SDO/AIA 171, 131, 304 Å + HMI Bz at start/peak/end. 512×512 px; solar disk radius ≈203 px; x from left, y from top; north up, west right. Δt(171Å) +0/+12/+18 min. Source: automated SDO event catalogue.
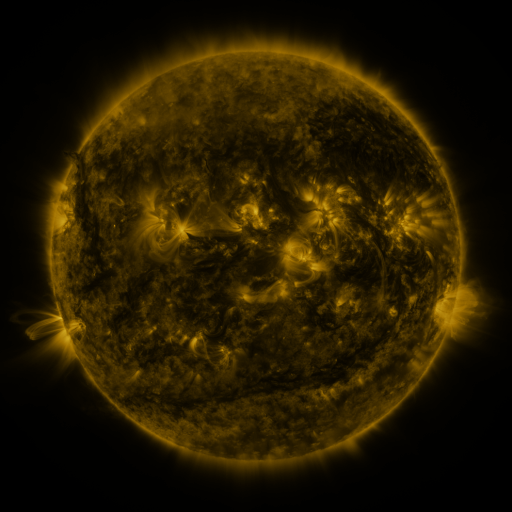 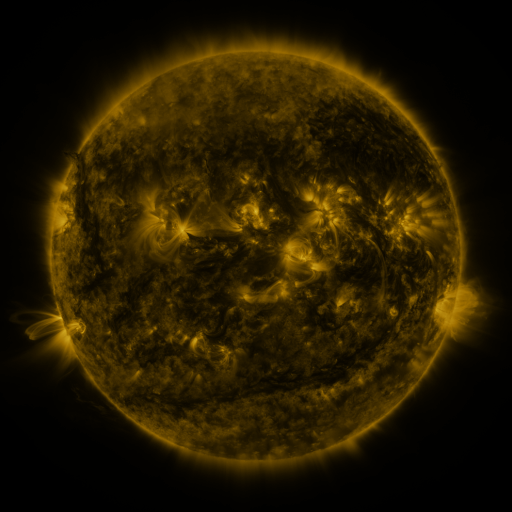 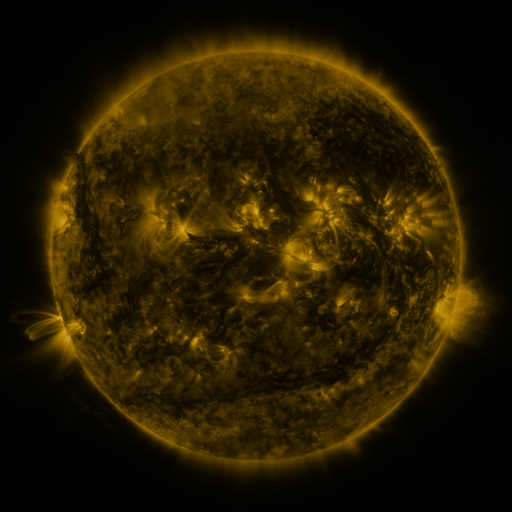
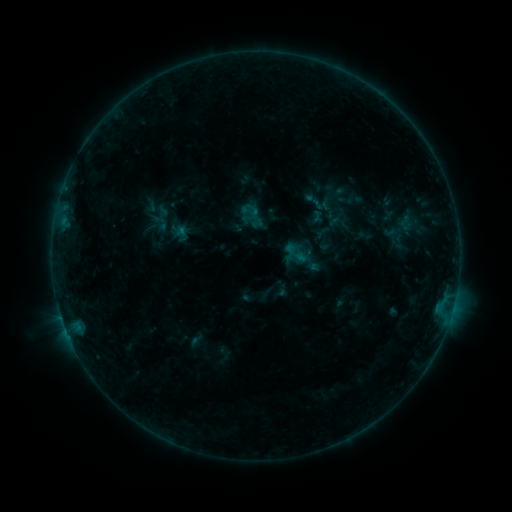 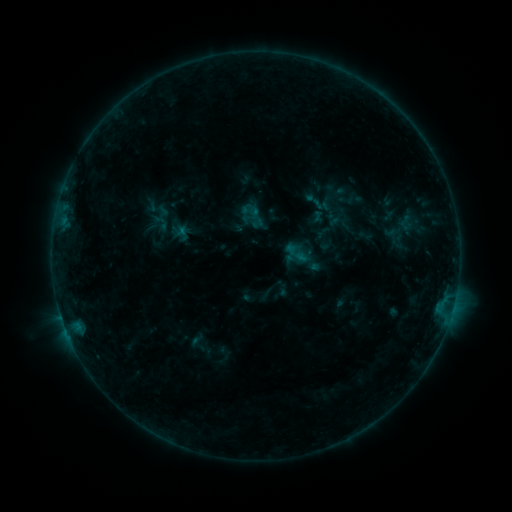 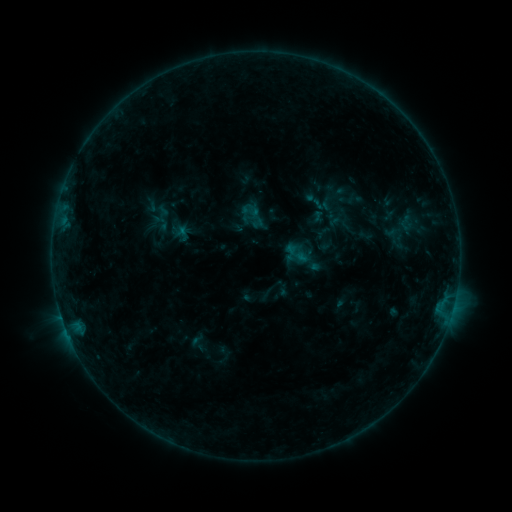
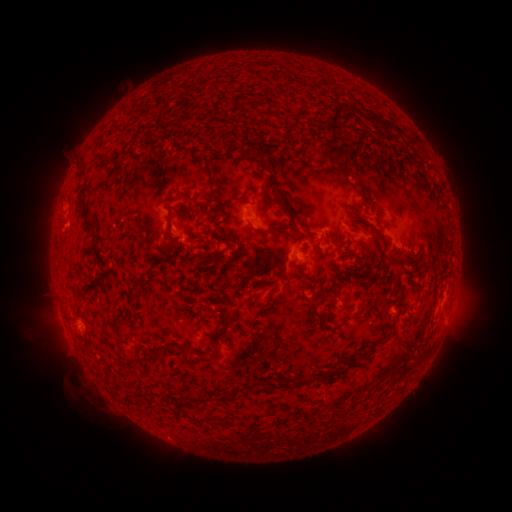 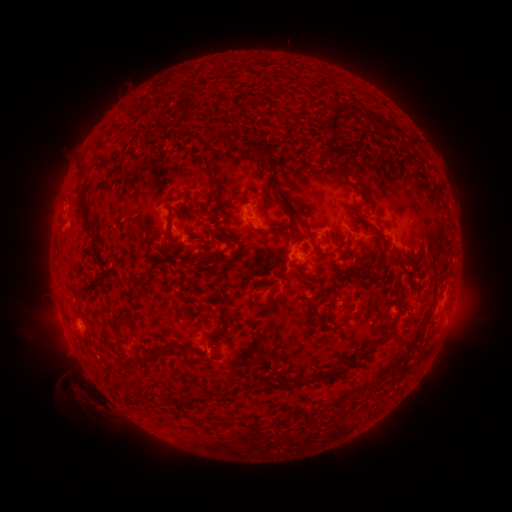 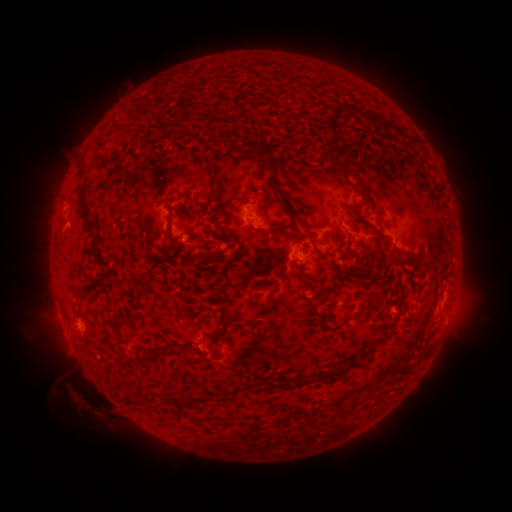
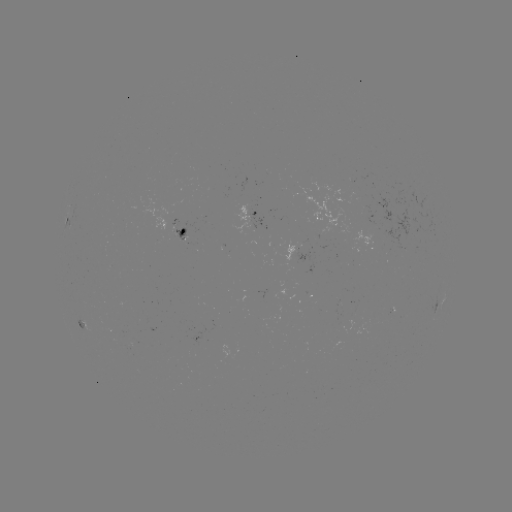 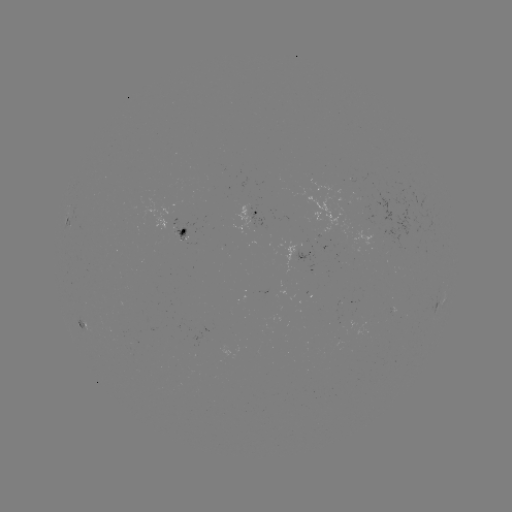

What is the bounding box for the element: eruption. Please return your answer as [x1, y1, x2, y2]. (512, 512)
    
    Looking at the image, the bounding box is [70, 378, 112, 419].